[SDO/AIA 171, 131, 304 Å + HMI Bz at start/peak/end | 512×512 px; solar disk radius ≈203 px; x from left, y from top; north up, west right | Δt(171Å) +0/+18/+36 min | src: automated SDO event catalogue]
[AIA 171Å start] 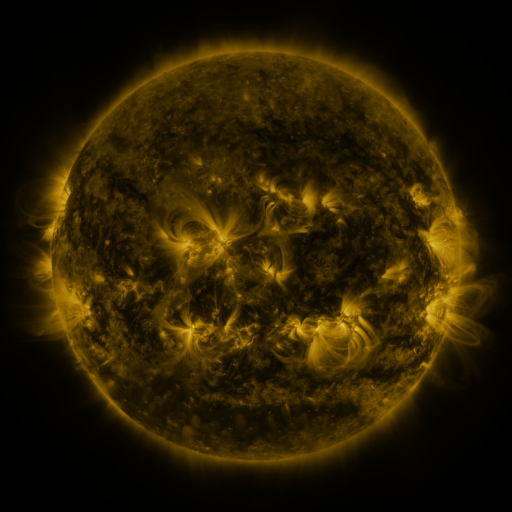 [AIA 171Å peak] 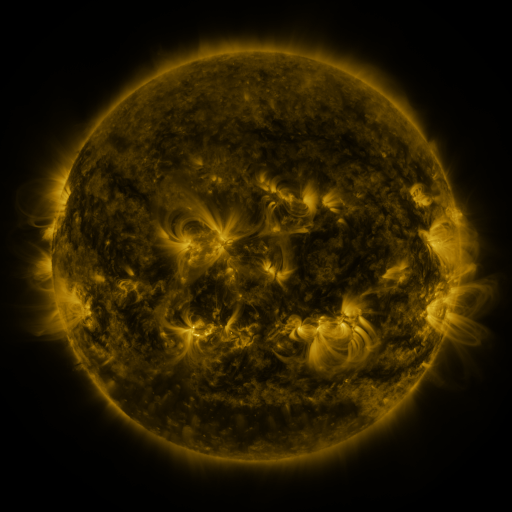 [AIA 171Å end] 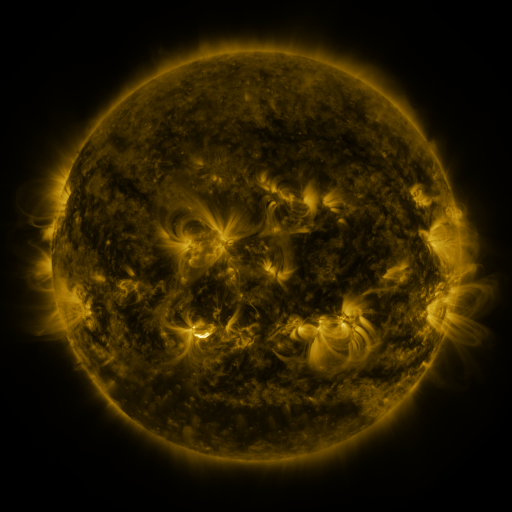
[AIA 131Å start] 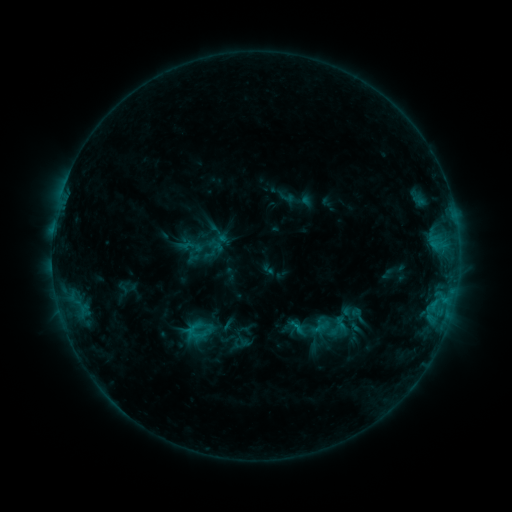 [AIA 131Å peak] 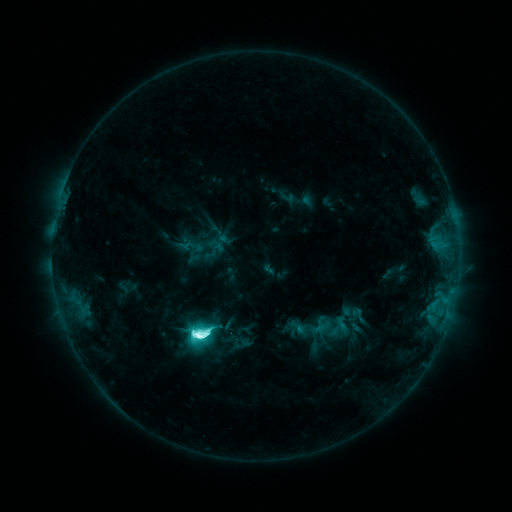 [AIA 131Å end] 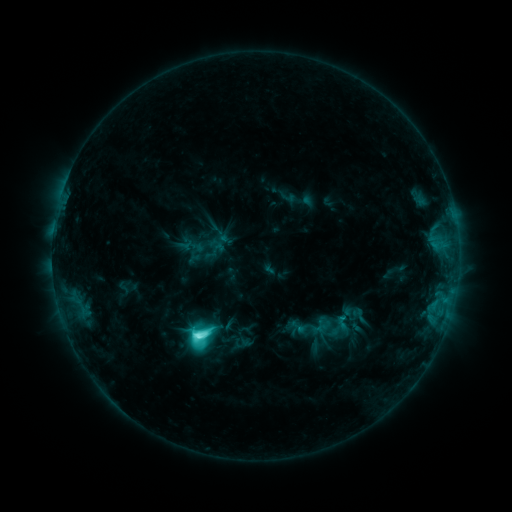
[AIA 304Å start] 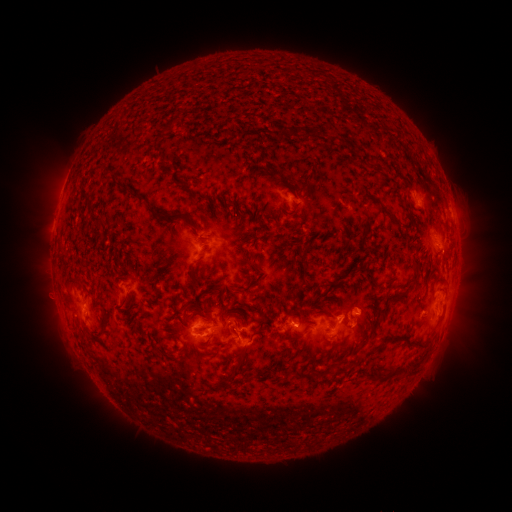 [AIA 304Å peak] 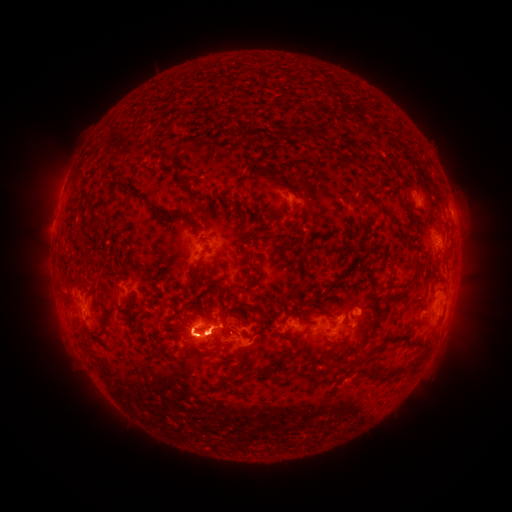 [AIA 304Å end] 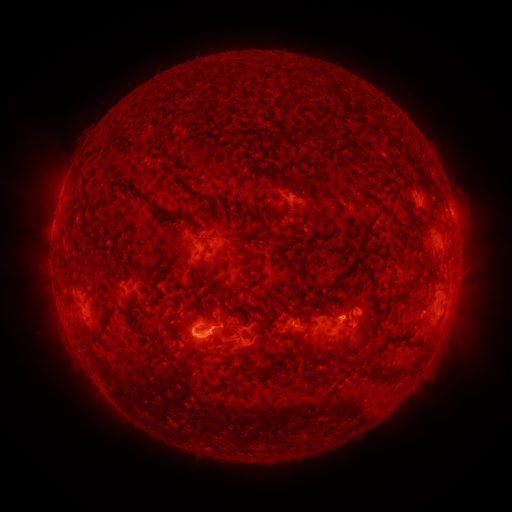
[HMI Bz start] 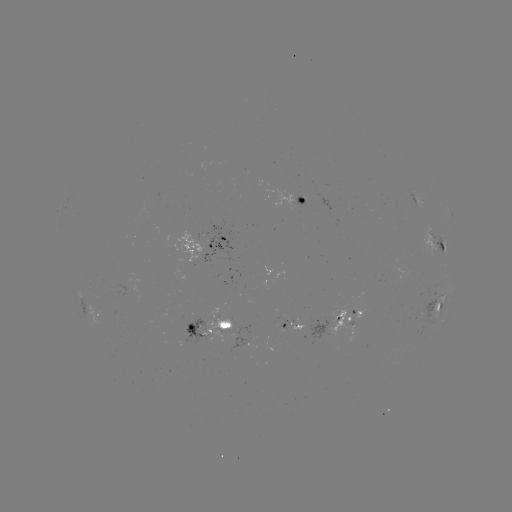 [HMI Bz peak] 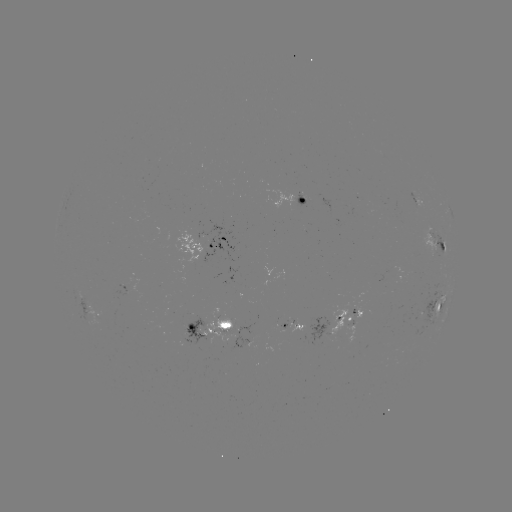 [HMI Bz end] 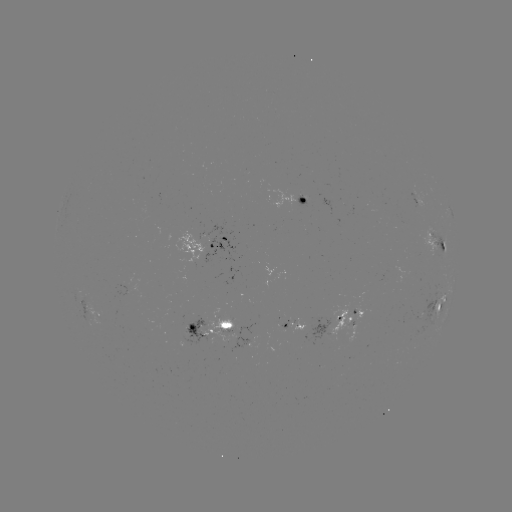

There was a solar flare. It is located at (200, 335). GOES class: M1.8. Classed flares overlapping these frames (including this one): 1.